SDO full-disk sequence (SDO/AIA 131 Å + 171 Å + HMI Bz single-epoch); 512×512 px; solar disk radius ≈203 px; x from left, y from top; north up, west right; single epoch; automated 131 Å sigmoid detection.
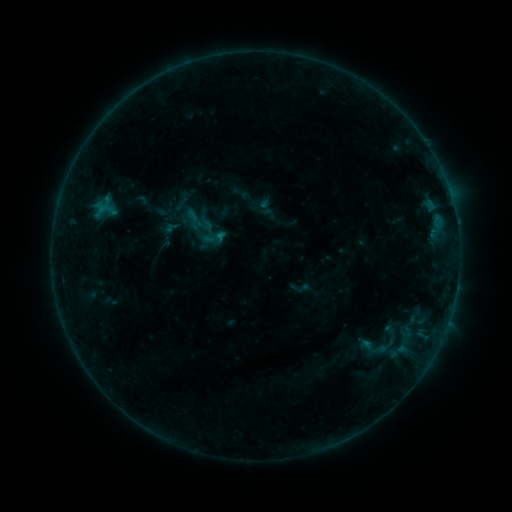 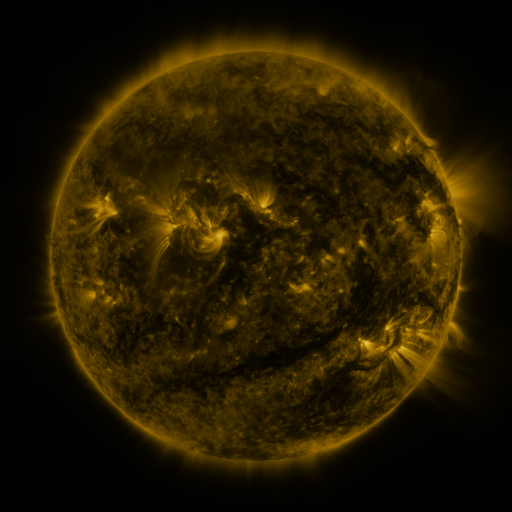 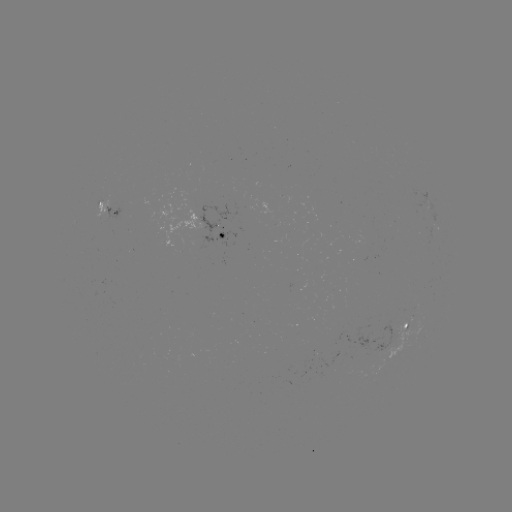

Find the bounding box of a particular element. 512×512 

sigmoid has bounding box [183, 205, 214, 237].